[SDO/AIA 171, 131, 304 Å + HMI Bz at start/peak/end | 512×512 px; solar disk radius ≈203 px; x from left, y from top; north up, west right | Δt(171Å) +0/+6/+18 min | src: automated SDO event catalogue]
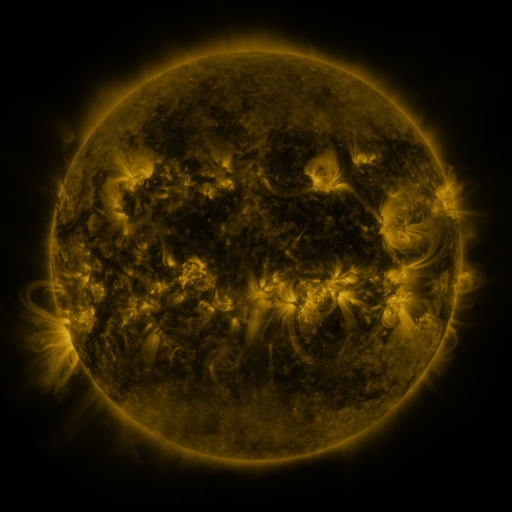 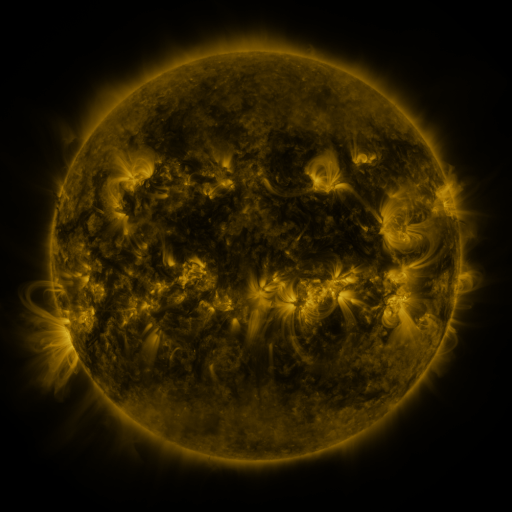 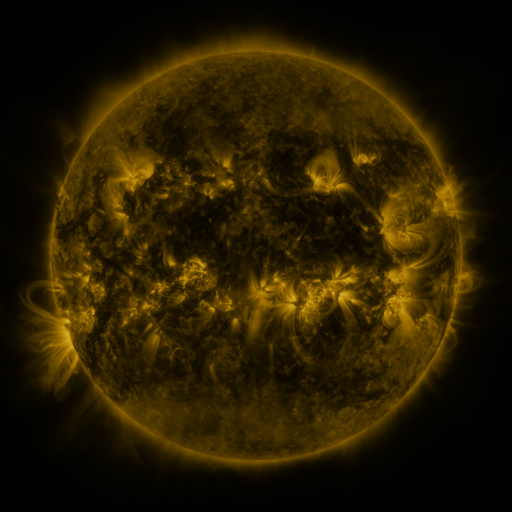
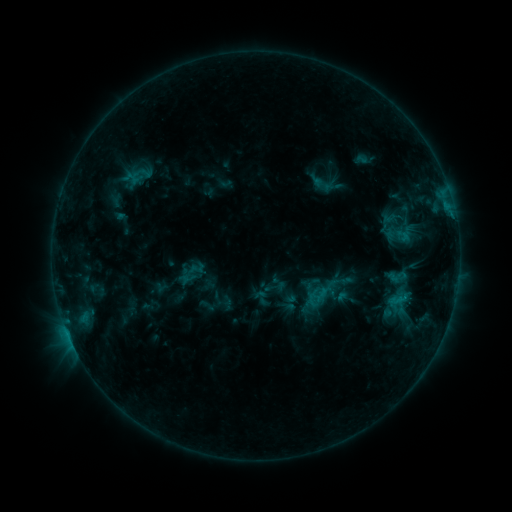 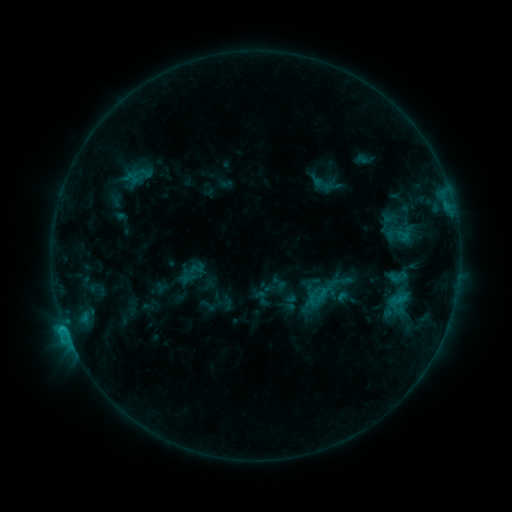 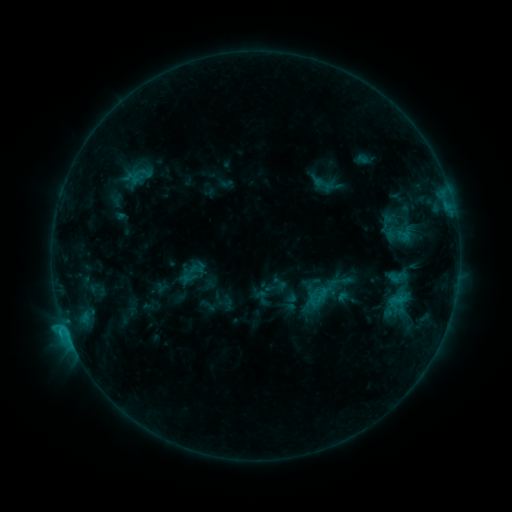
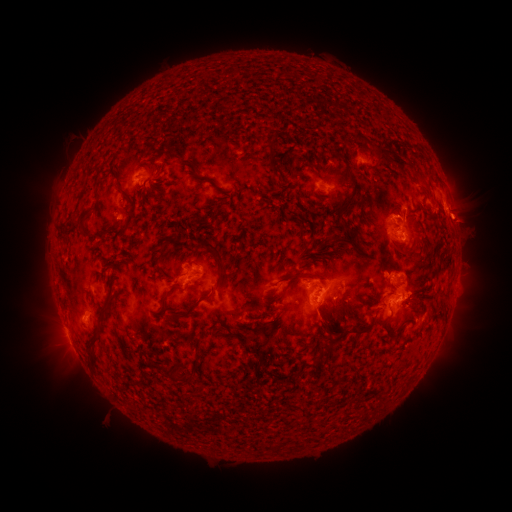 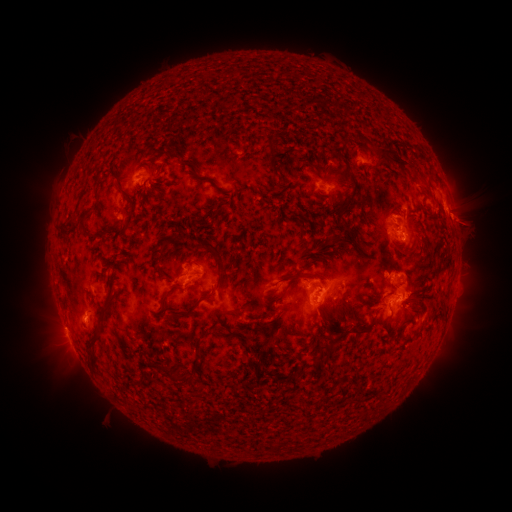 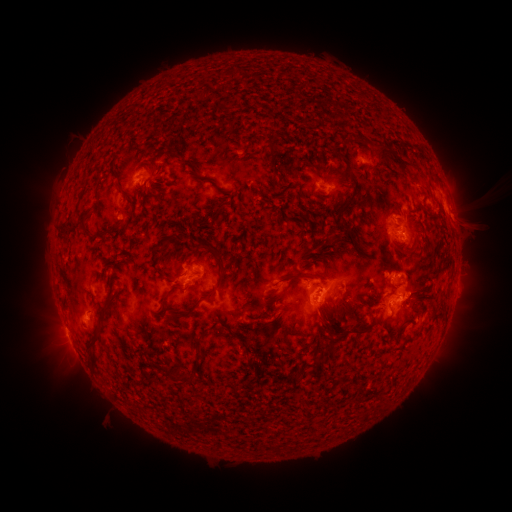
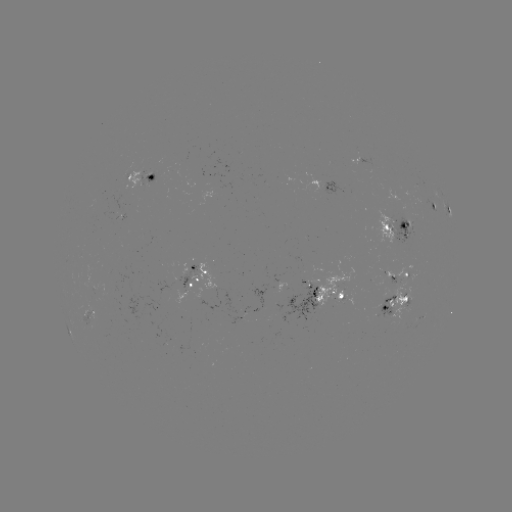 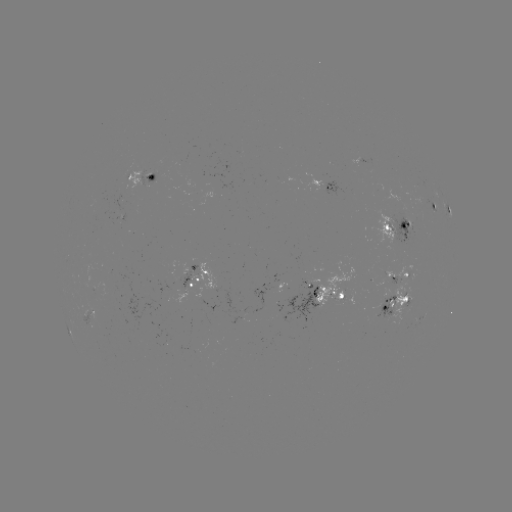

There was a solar flare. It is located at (65, 324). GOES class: C1.6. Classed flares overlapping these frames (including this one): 1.